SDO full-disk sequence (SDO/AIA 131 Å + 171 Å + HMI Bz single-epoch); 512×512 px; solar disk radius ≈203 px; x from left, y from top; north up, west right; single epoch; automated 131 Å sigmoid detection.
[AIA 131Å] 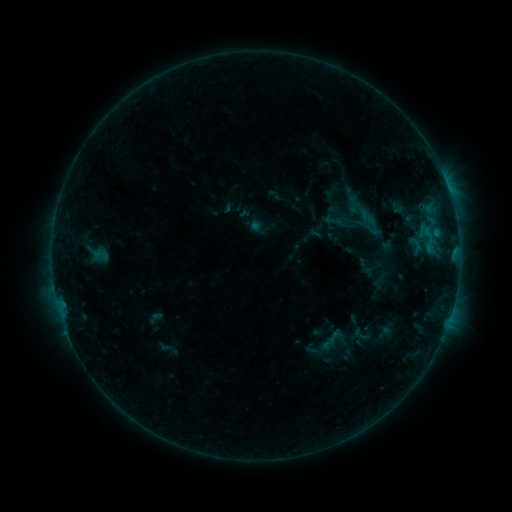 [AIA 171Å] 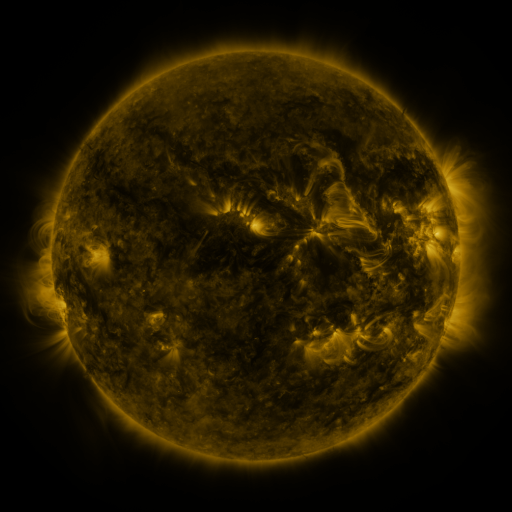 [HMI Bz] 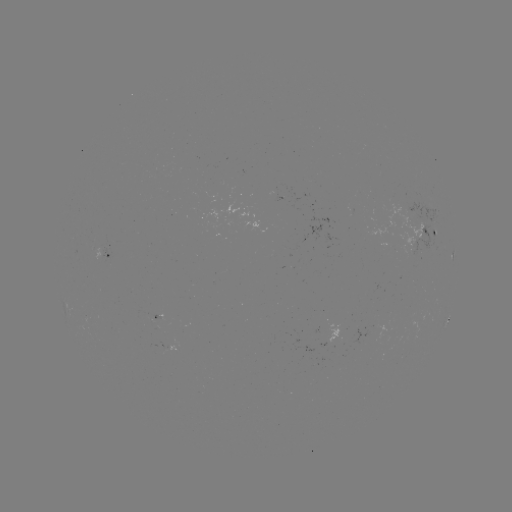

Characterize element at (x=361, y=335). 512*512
sigmoid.